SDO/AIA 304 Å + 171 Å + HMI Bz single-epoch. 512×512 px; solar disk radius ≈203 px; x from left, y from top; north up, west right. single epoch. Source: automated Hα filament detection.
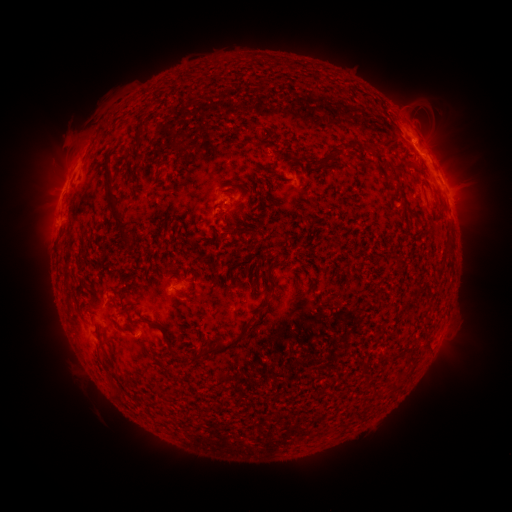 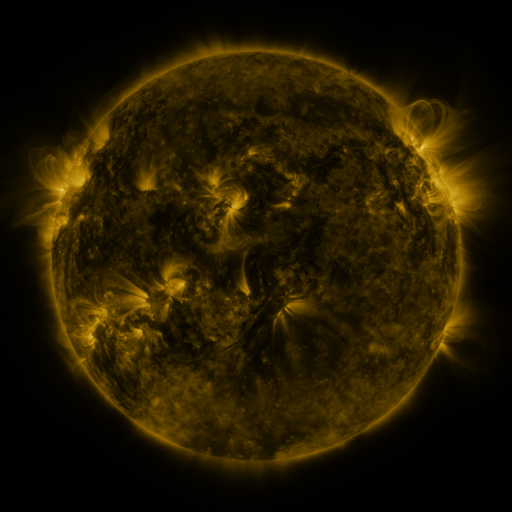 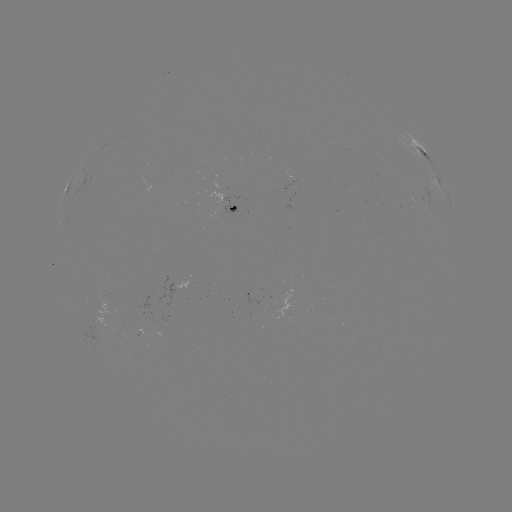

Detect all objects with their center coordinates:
filament: (138, 135)
filament: (360, 150)
filament: (337, 154)
filament: (327, 164)
filament: (400, 166)
filament: (420, 171)
filament: (392, 180)
filament: (115, 211)
filament: (410, 215)
filament: (238, 230)
filament: (450, 242)
filament: (397, 258)
filament: (276, 262)
filament: (268, 280)
filament: (183, 292)
filament: (122, 311)
filament: (166, 340)
filament: (224, 347)
filament: (99, 355)
filament: (113, 388)
